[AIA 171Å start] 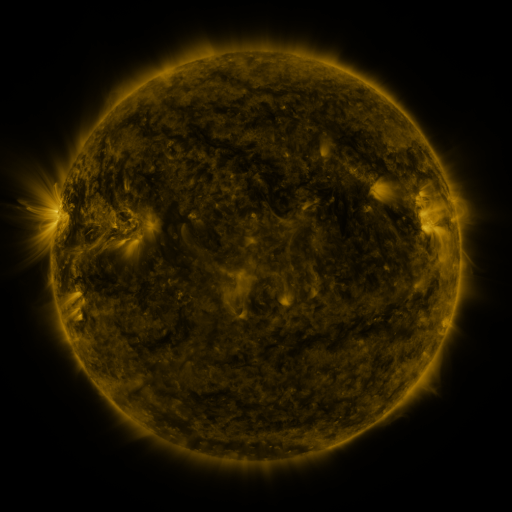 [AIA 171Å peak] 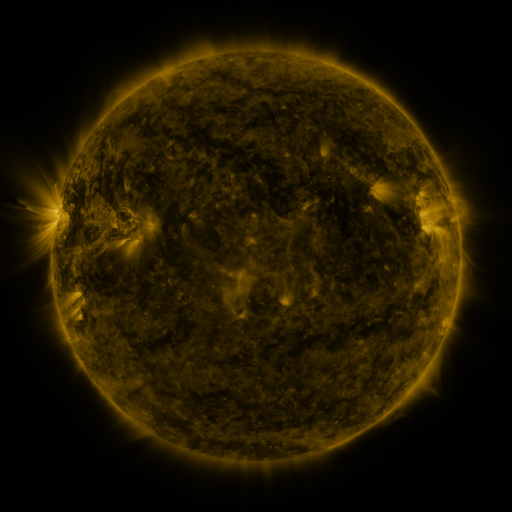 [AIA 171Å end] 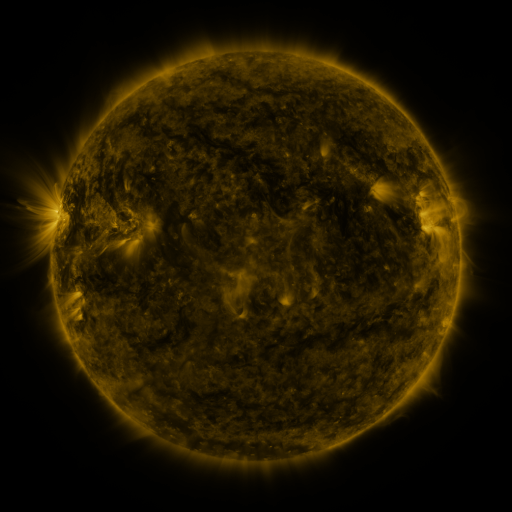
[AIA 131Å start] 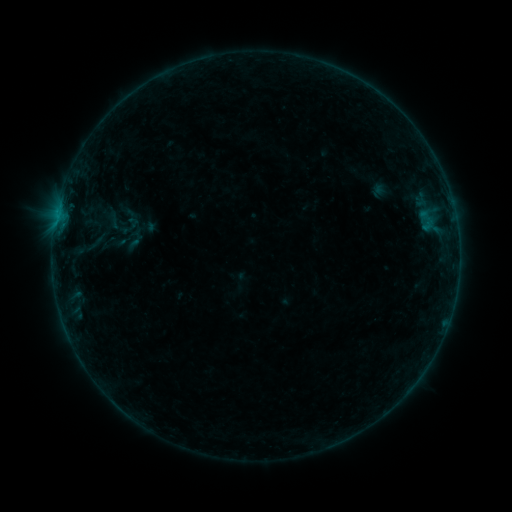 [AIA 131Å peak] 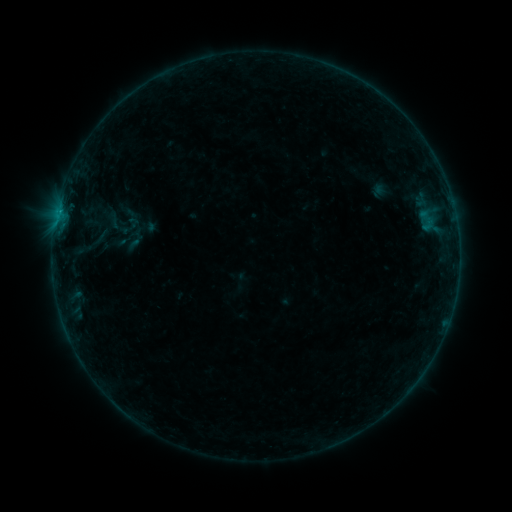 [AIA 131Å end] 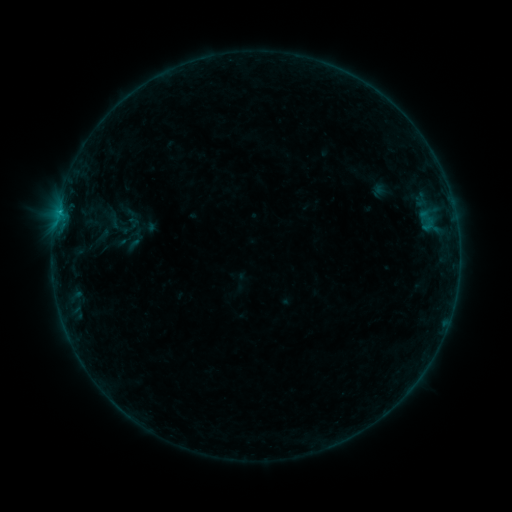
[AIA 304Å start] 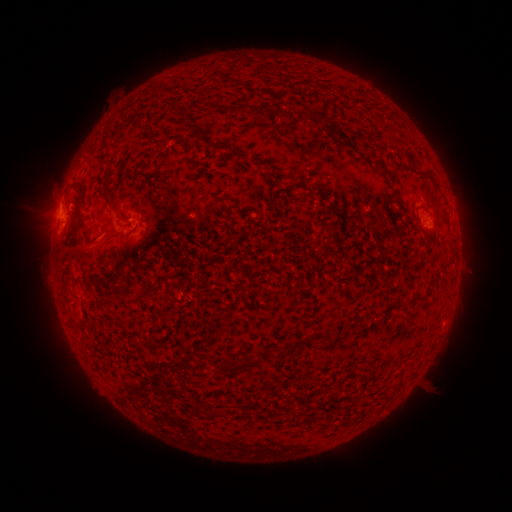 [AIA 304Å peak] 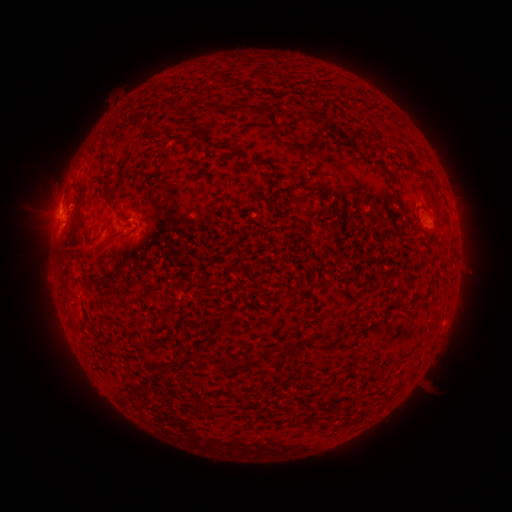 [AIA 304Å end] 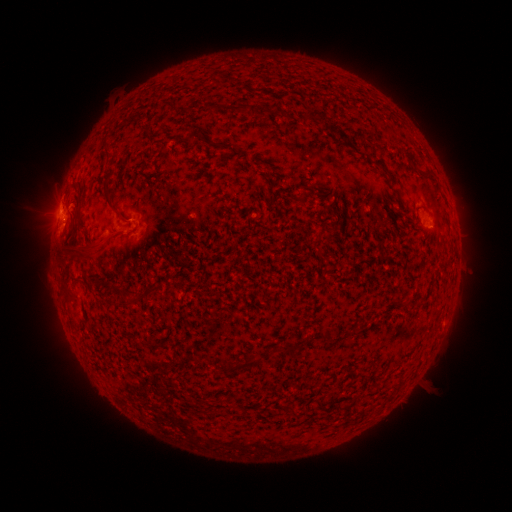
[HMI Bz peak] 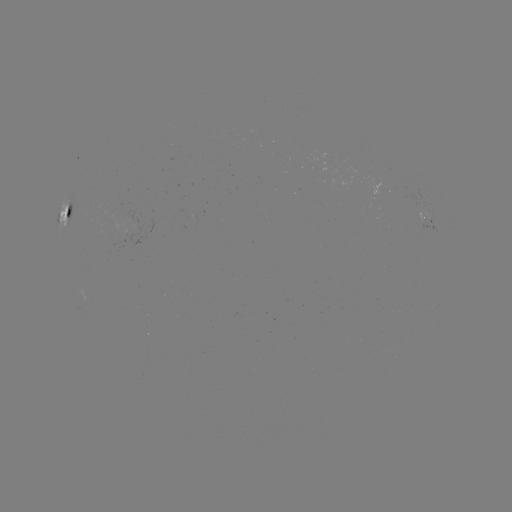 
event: flare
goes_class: B6.1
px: (61, 212)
